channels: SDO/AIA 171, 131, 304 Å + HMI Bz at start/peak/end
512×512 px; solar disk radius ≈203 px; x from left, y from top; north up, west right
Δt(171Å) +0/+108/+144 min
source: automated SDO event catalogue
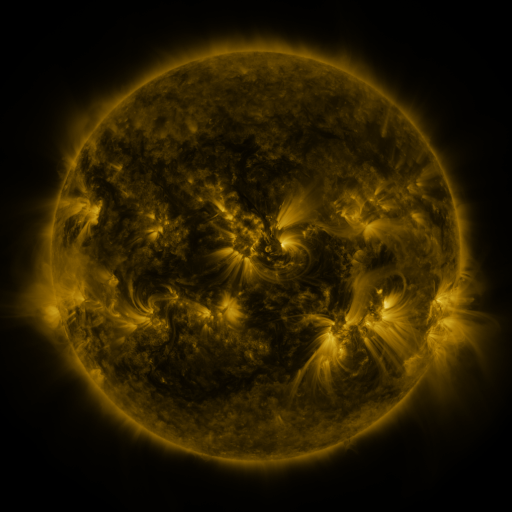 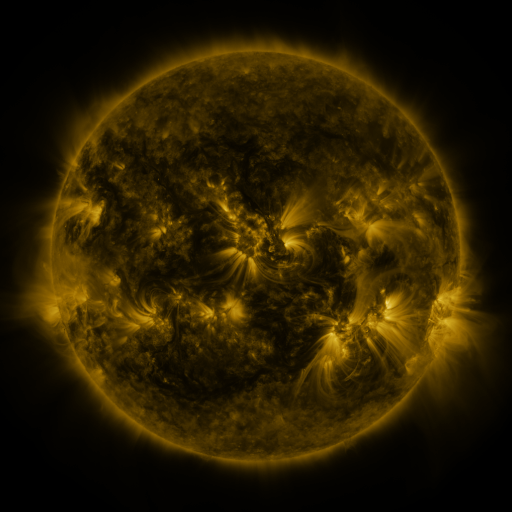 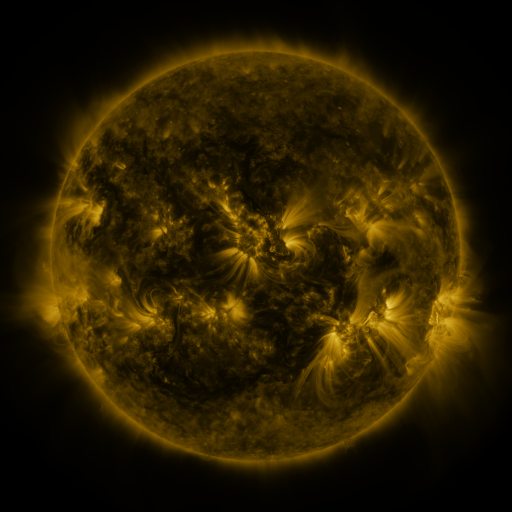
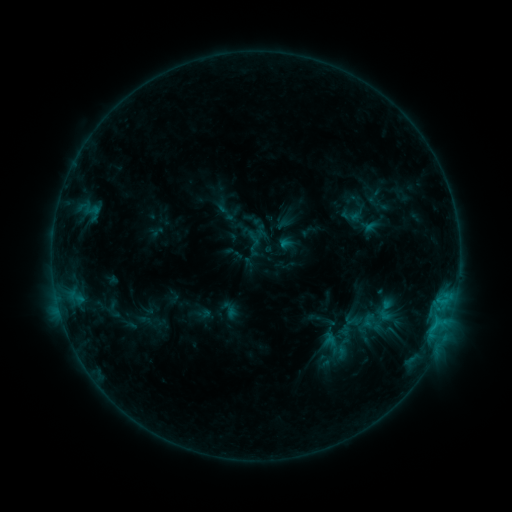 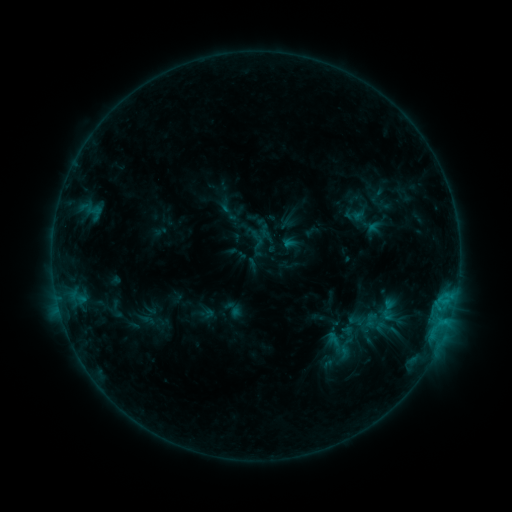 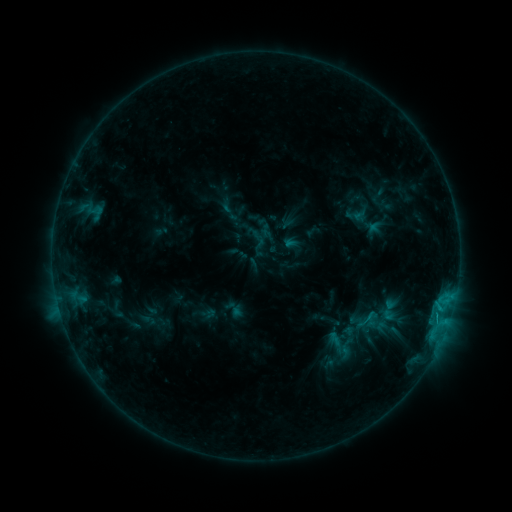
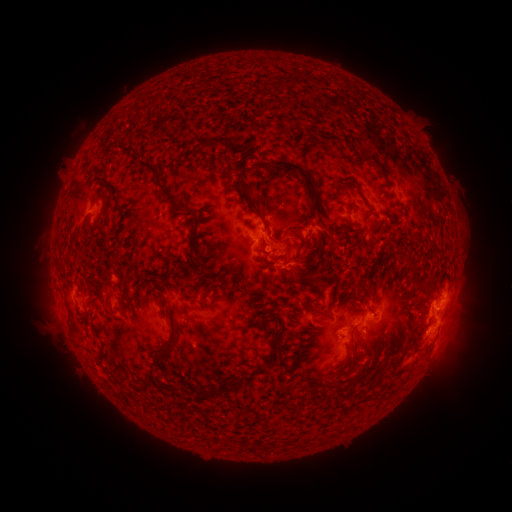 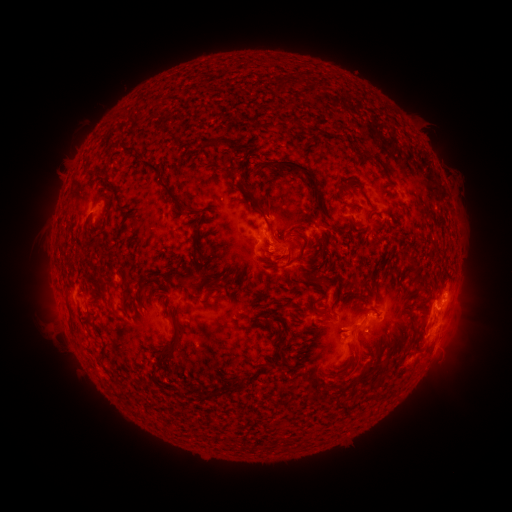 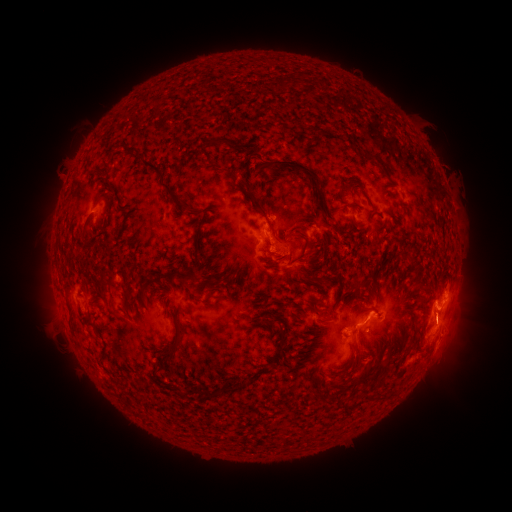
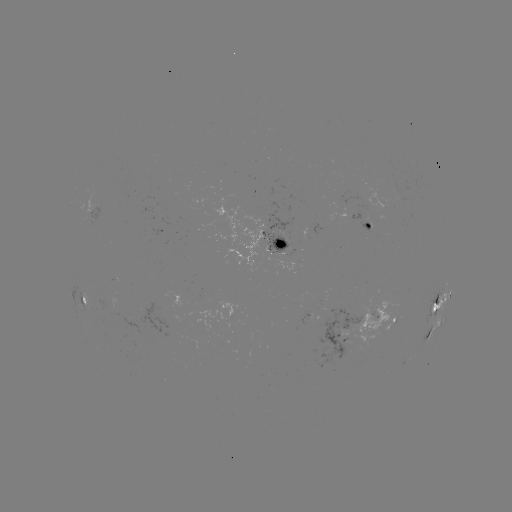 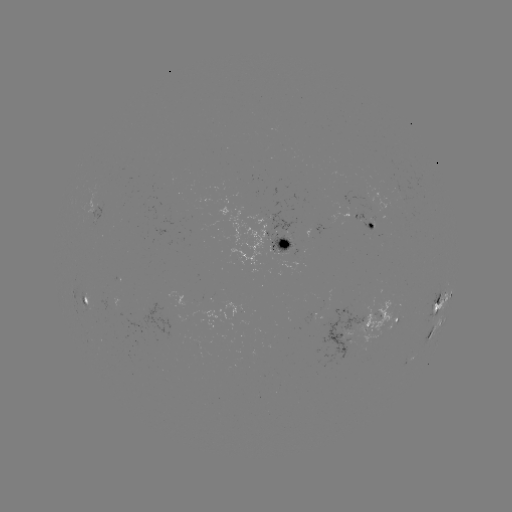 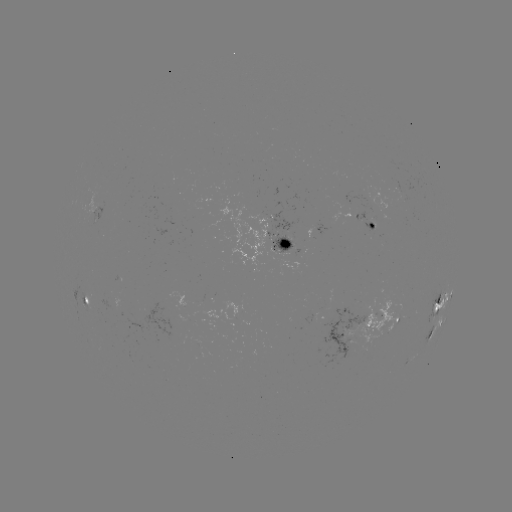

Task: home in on emerging-flux region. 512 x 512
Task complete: (312, 316).